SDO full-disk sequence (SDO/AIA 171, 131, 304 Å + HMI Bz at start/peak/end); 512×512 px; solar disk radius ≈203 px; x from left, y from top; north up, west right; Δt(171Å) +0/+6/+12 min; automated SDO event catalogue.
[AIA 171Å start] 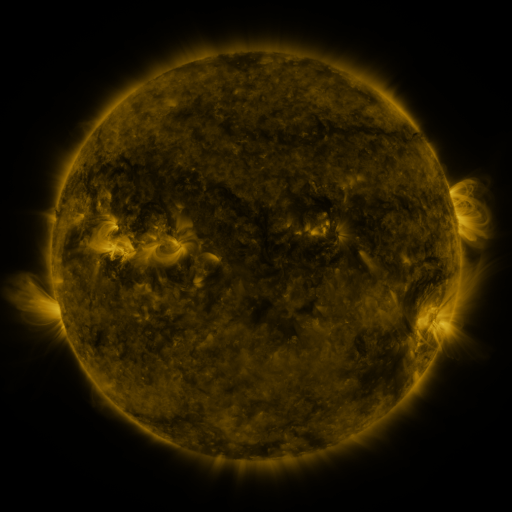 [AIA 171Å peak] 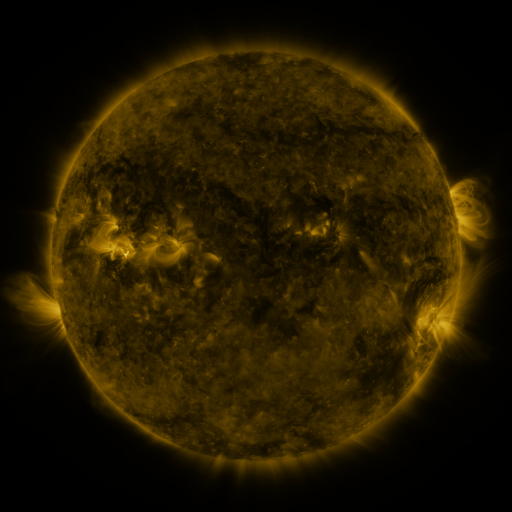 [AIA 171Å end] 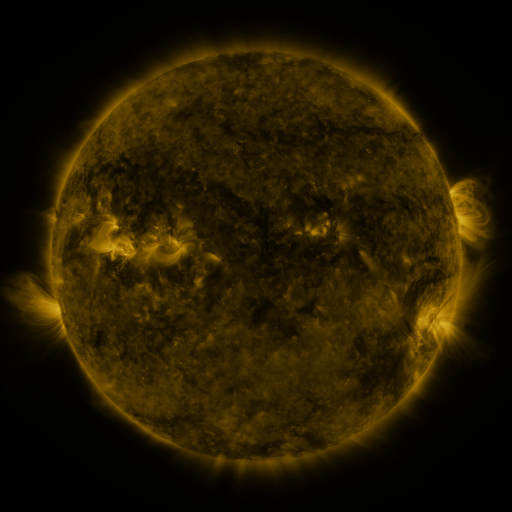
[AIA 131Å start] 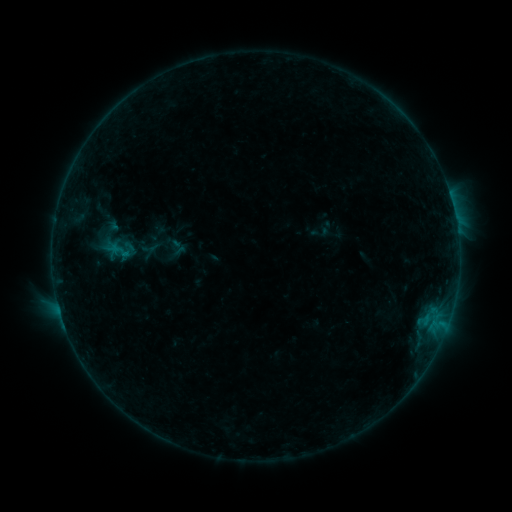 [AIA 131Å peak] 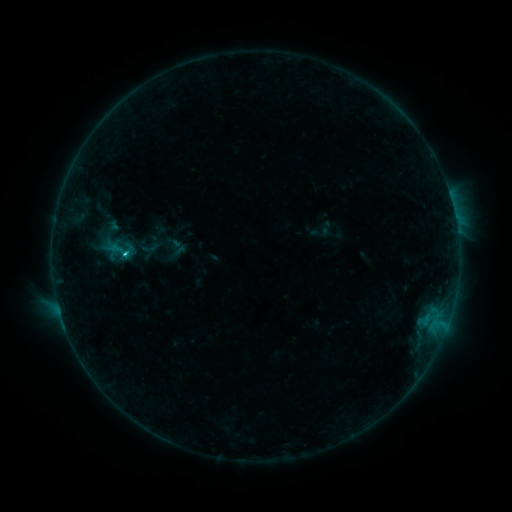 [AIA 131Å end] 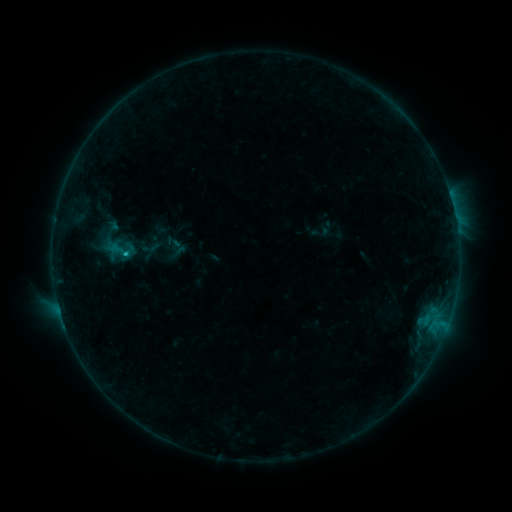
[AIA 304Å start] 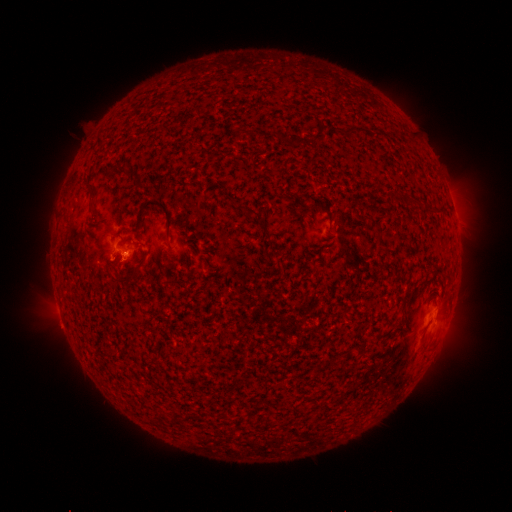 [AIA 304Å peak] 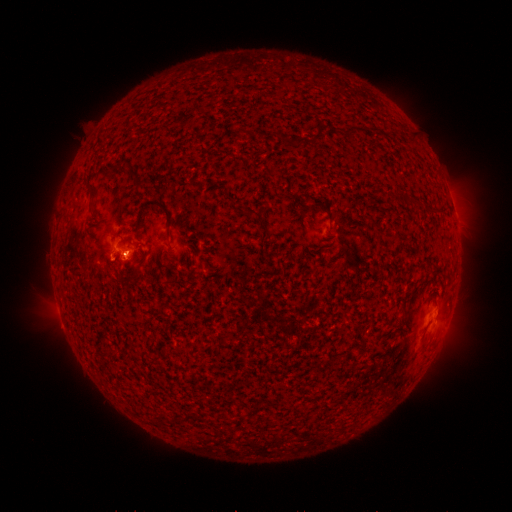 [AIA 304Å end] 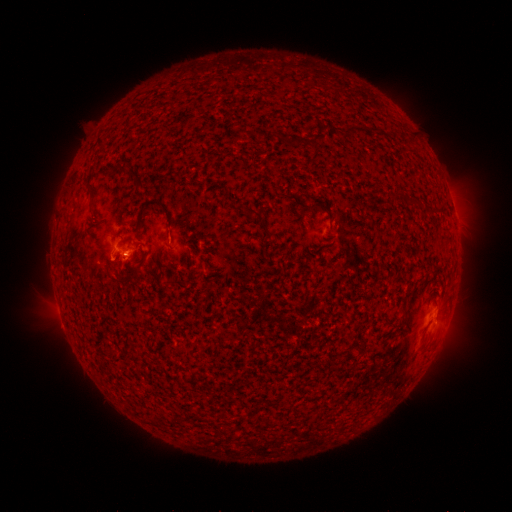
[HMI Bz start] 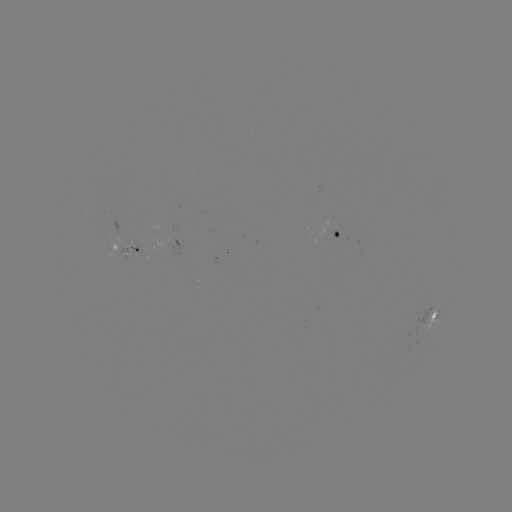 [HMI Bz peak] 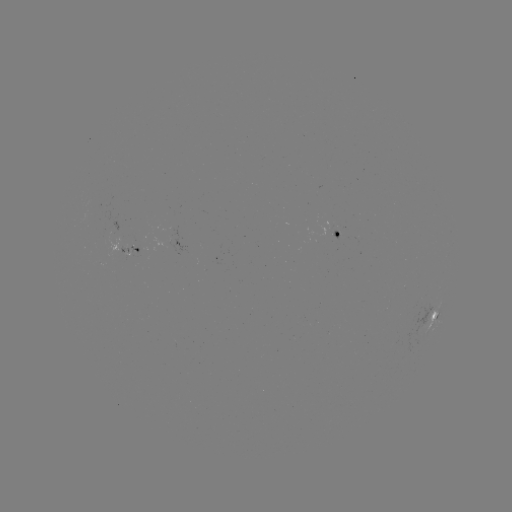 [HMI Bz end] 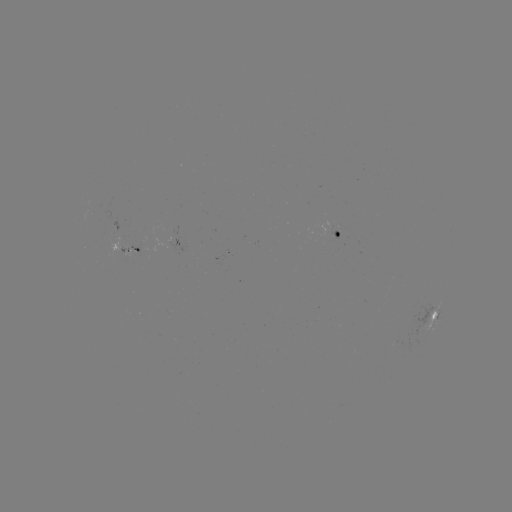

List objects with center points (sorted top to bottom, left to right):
B8.6 flare: (128, 254)
